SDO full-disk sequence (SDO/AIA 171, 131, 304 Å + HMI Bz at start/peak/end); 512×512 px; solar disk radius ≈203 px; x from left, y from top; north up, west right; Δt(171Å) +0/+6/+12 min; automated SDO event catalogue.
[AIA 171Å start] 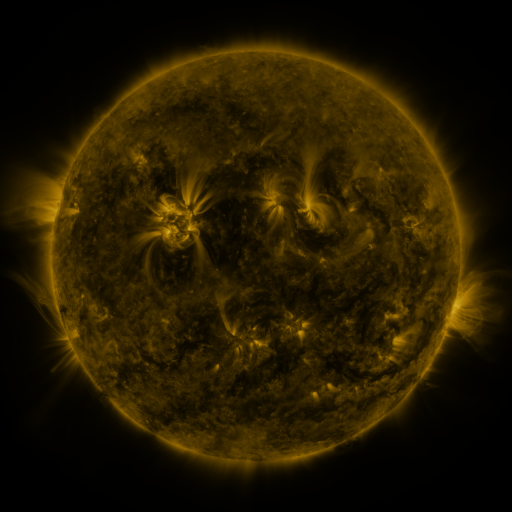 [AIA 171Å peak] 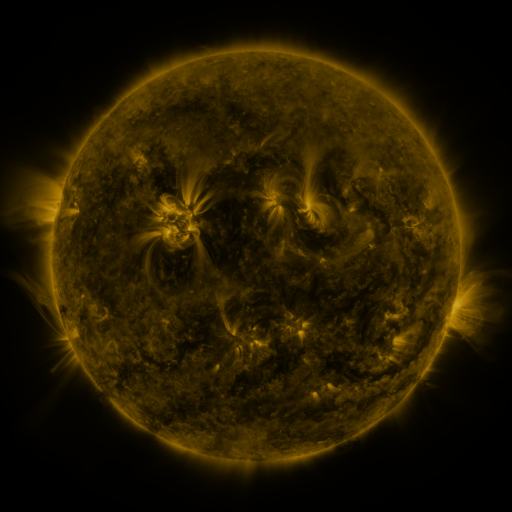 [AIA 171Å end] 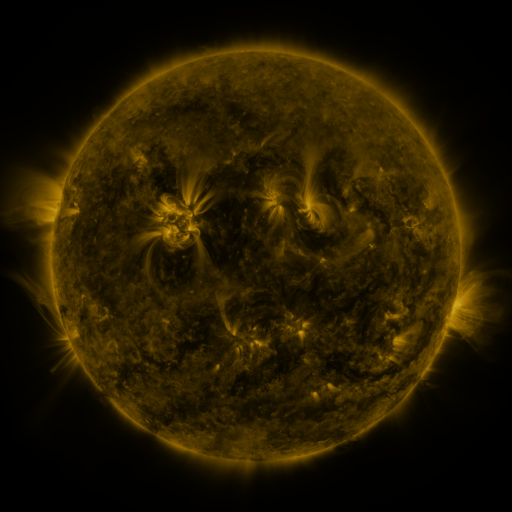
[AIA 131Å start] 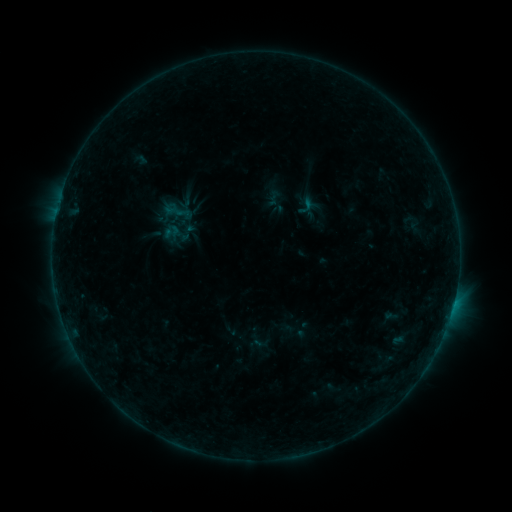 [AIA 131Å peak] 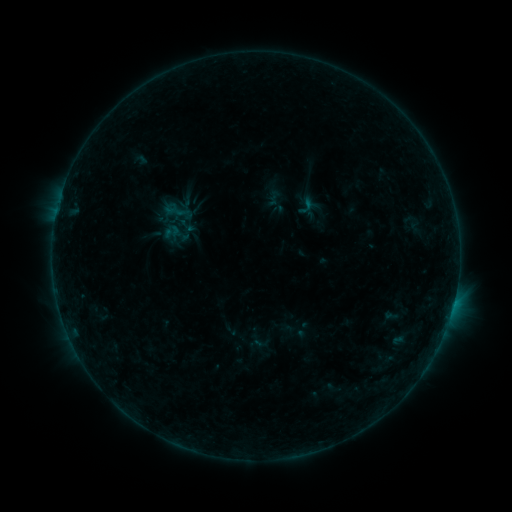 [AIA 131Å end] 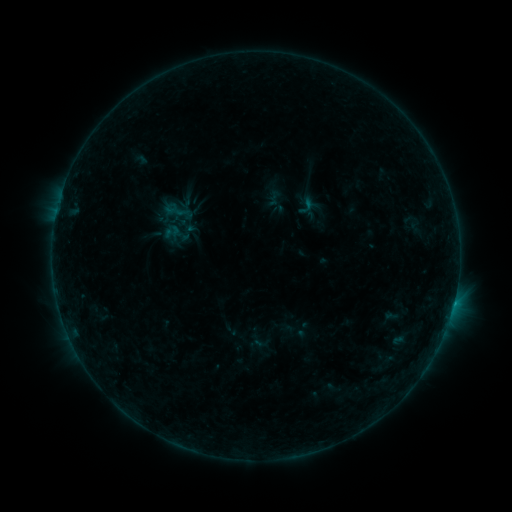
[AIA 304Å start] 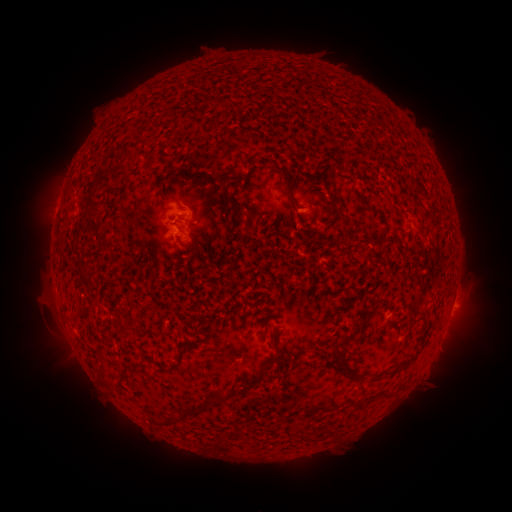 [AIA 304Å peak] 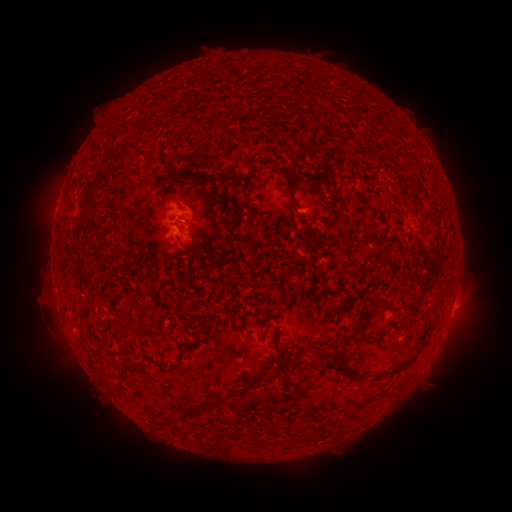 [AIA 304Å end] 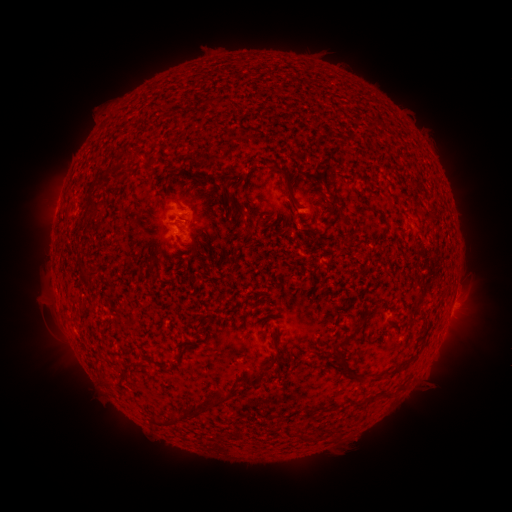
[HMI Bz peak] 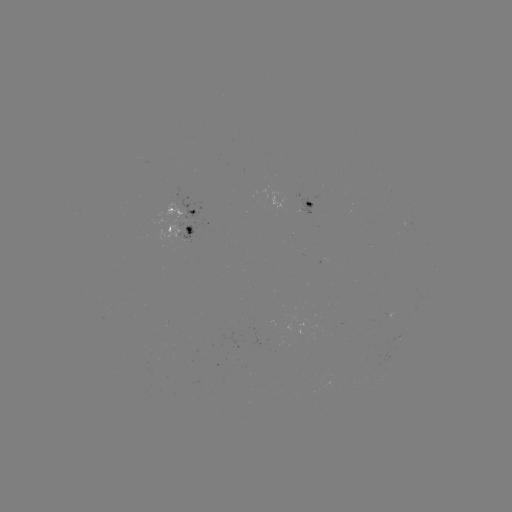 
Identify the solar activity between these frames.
B3.4 flare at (453, 301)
